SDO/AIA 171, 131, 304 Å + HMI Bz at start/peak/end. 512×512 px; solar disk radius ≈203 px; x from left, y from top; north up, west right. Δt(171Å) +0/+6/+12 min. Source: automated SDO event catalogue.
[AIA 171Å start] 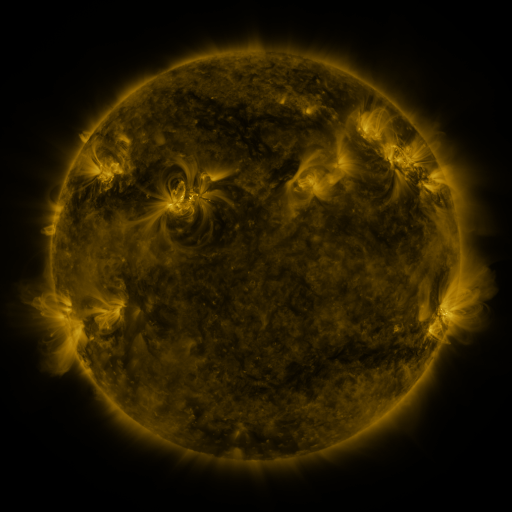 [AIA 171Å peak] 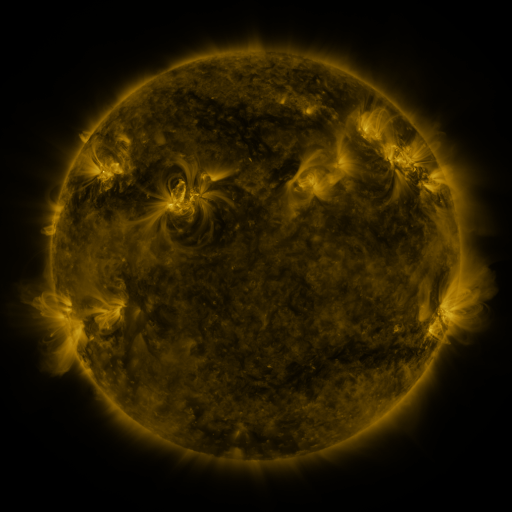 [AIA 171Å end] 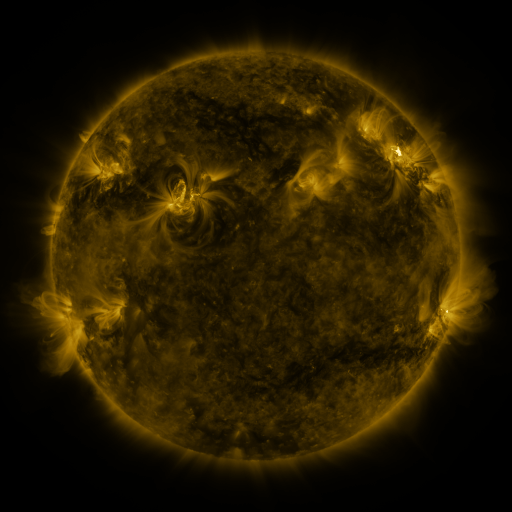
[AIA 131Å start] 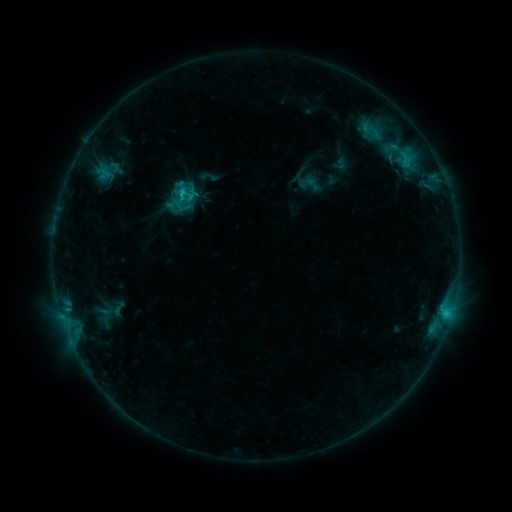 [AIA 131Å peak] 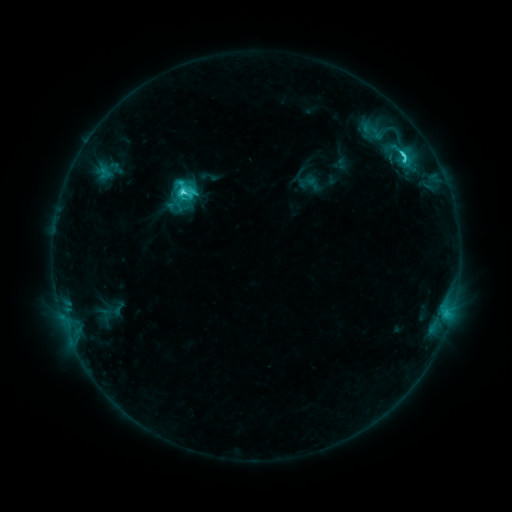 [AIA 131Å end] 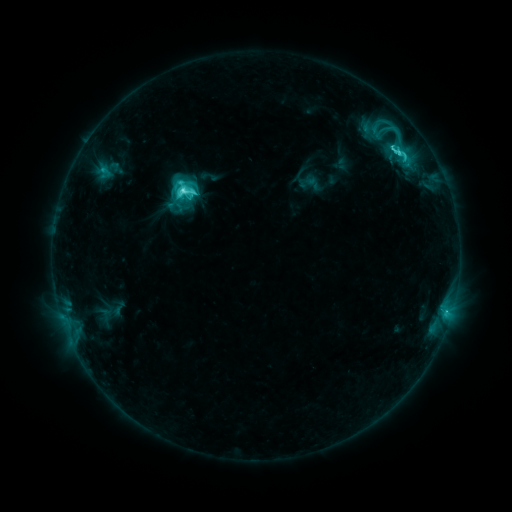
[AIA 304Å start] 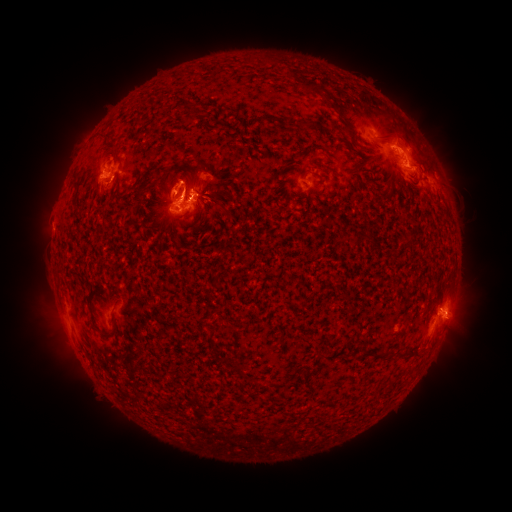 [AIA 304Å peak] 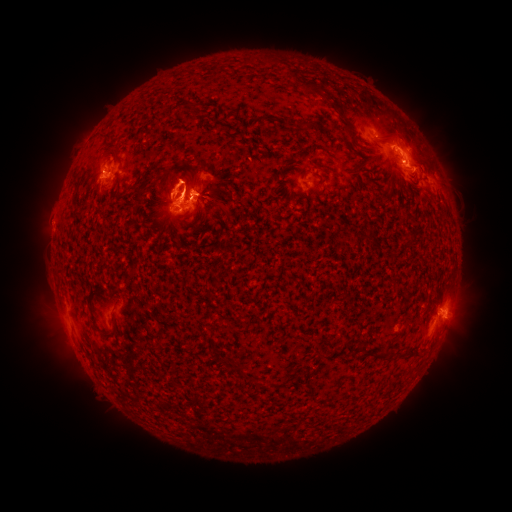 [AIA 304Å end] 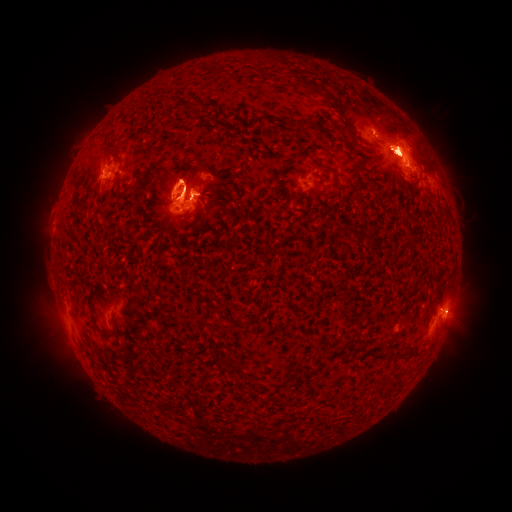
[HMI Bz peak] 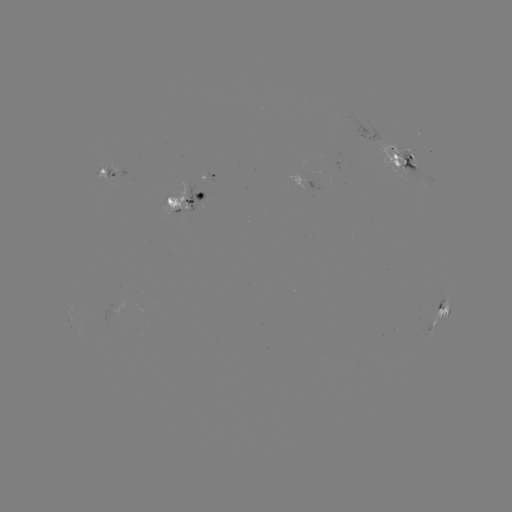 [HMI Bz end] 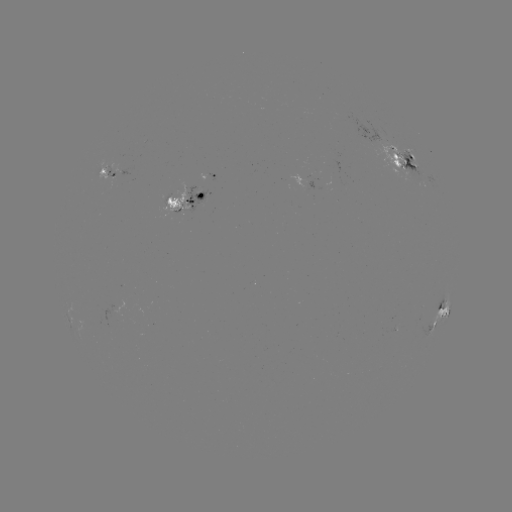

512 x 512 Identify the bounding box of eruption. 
[154, 220, 184, 242].